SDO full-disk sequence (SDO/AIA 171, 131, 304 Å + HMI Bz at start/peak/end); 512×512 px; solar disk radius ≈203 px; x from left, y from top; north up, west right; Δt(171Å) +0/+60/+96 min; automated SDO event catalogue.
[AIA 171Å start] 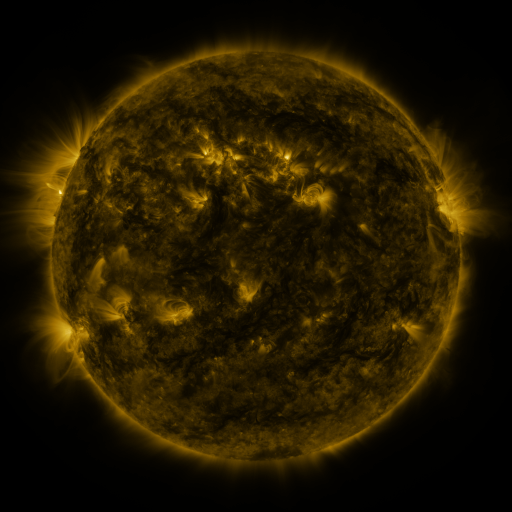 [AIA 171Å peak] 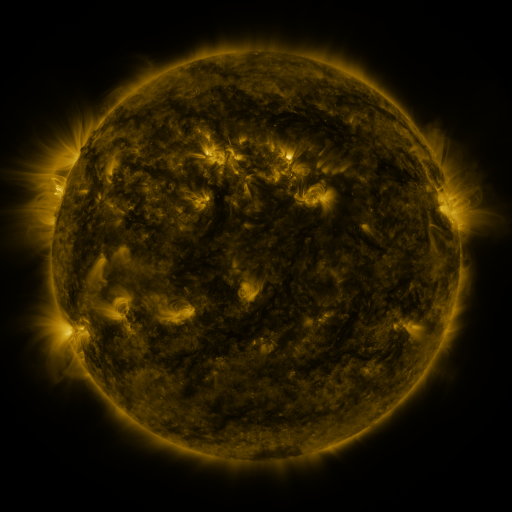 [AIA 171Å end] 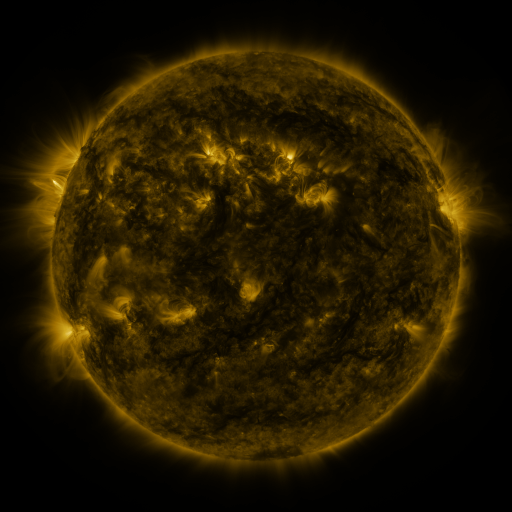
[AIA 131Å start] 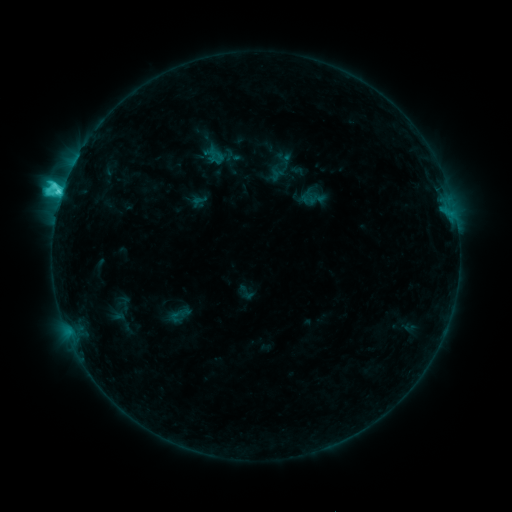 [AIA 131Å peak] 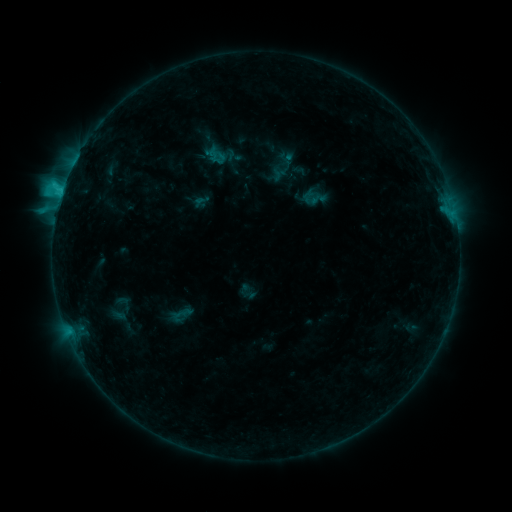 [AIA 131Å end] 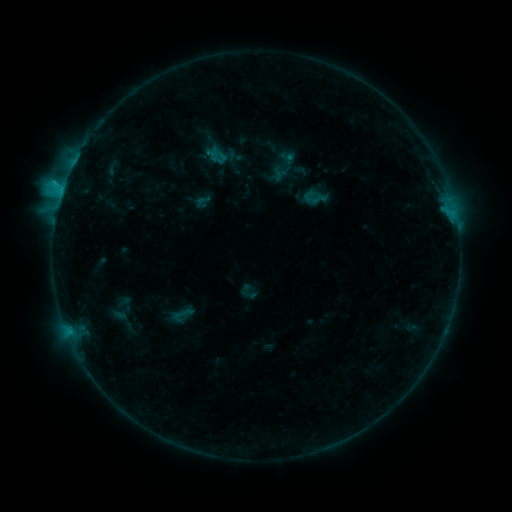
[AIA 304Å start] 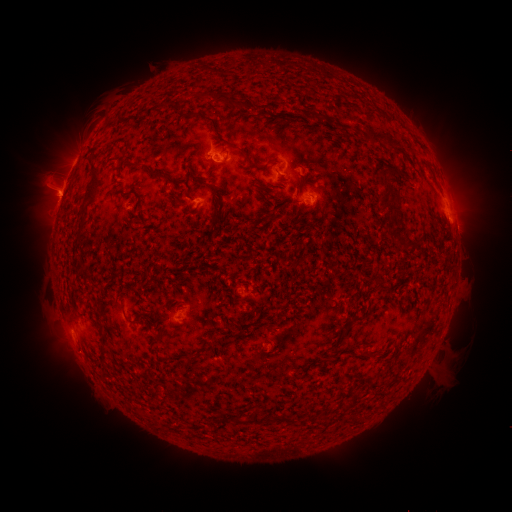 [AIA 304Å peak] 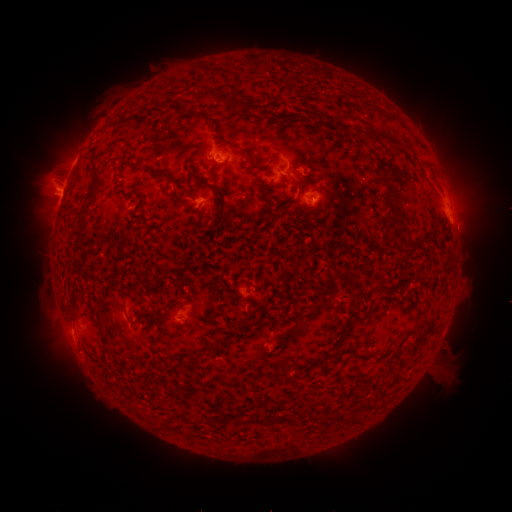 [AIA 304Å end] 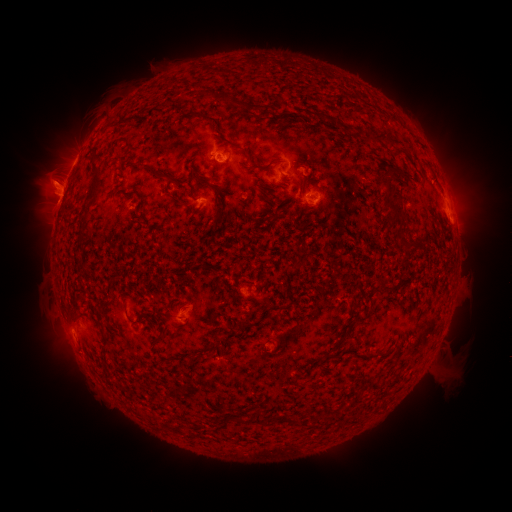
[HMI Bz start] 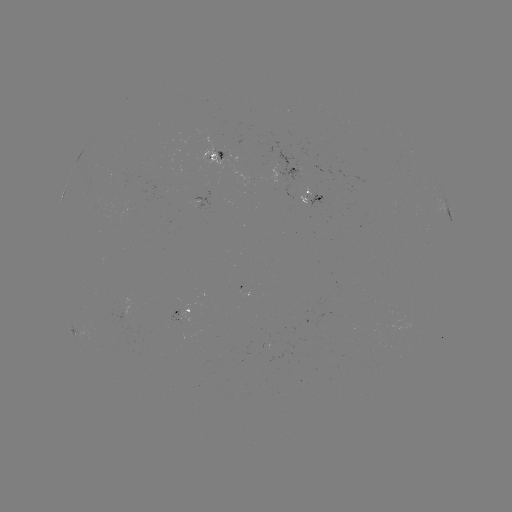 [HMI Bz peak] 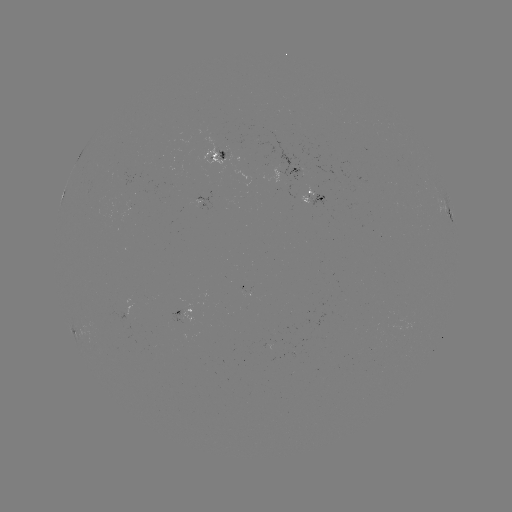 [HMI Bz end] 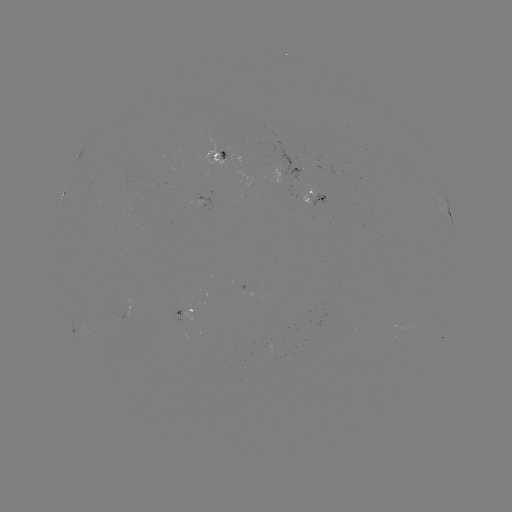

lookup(emerging-flux region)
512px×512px [172, 320]